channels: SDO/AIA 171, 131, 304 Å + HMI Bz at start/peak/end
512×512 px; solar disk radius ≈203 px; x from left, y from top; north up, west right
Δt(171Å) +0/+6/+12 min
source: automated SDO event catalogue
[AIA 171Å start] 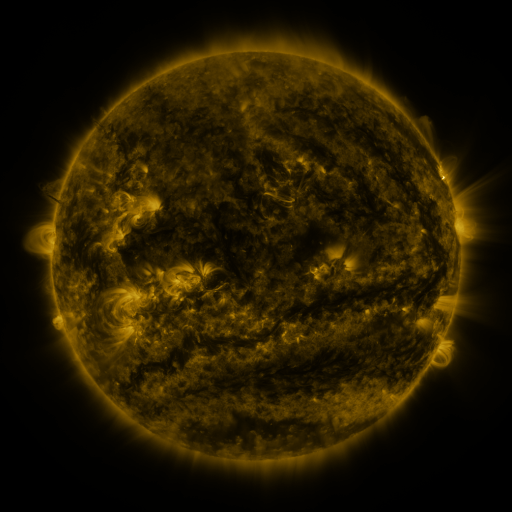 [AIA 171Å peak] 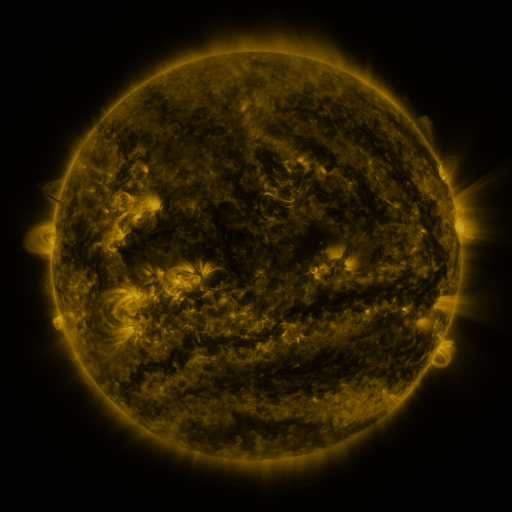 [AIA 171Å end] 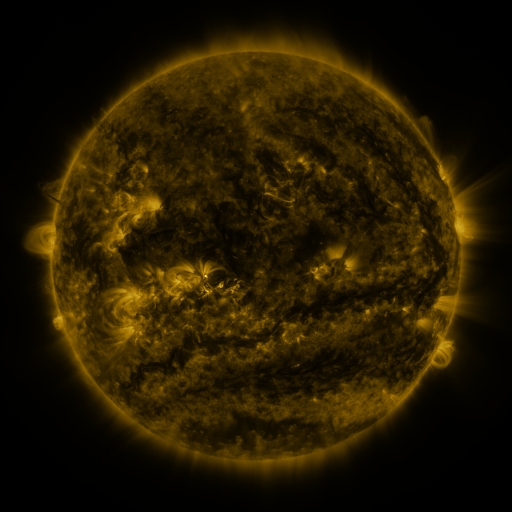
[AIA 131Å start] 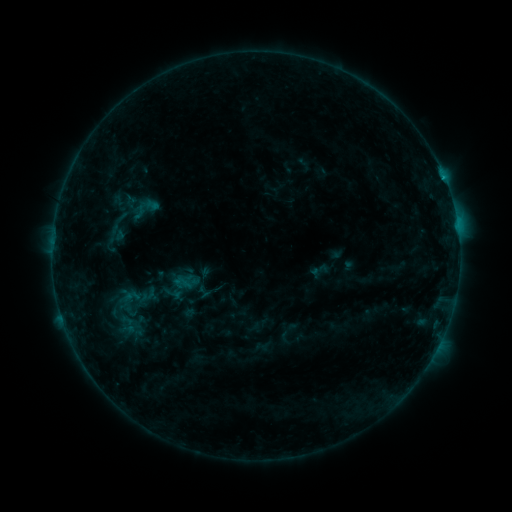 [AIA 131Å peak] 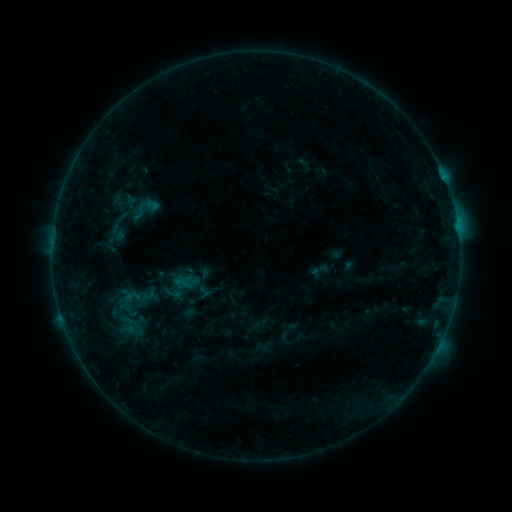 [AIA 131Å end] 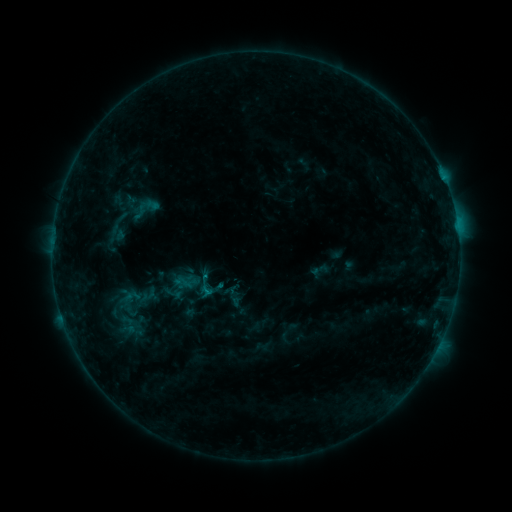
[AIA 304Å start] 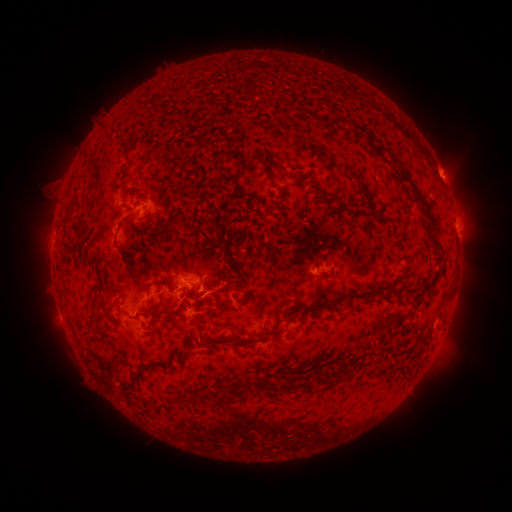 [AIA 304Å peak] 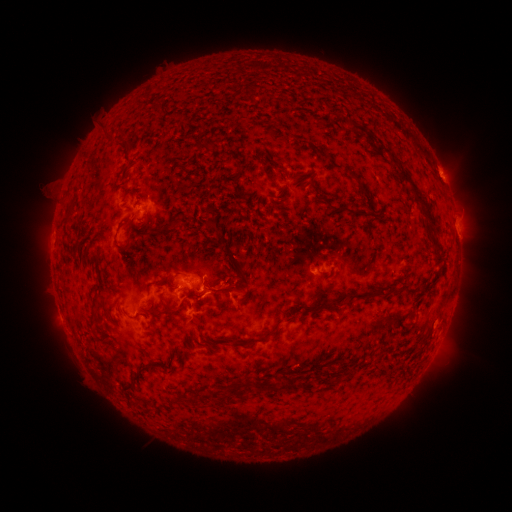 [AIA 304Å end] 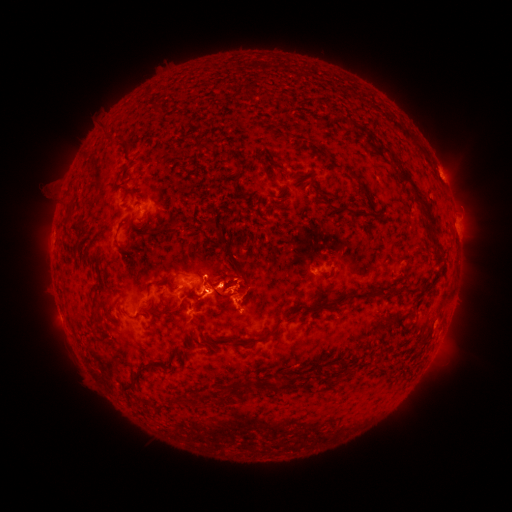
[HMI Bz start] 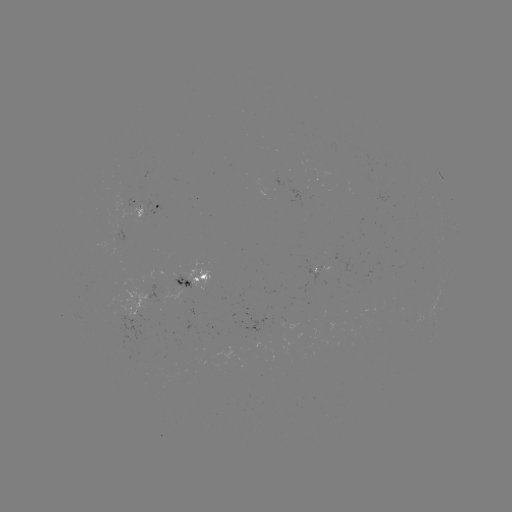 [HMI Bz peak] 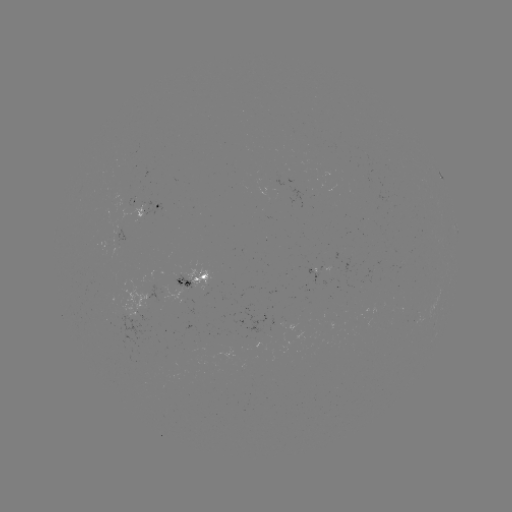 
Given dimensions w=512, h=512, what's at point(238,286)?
eruption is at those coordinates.